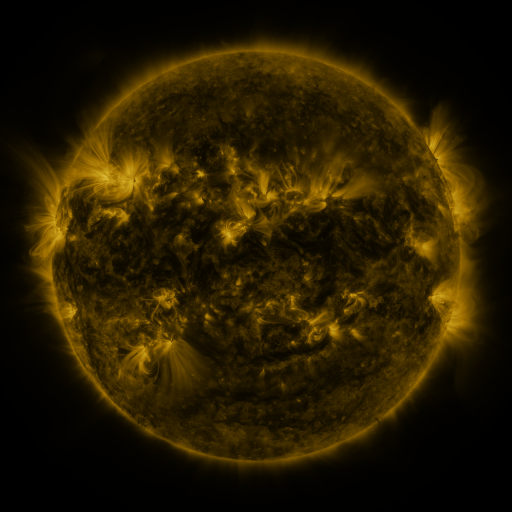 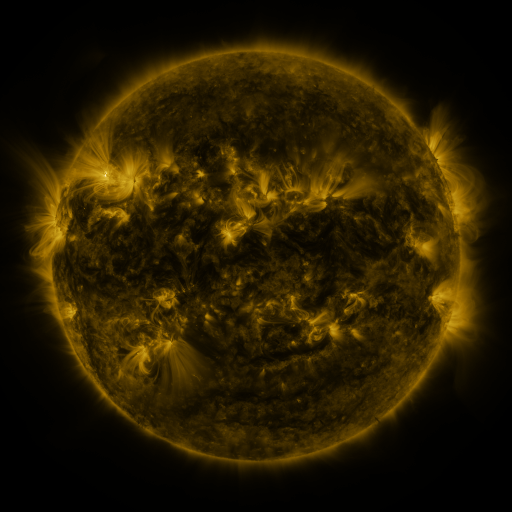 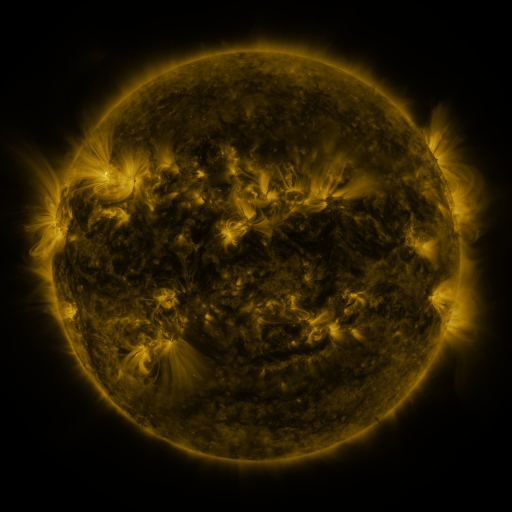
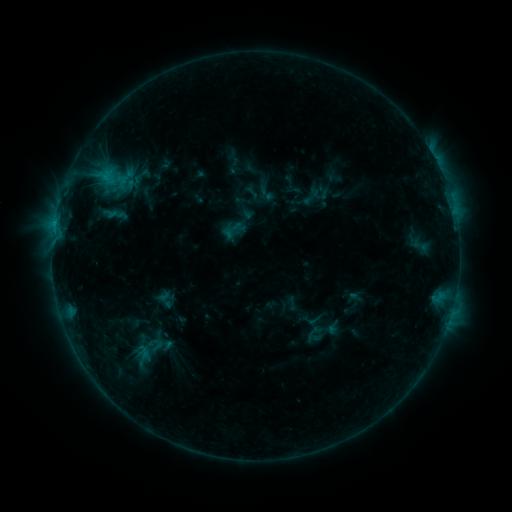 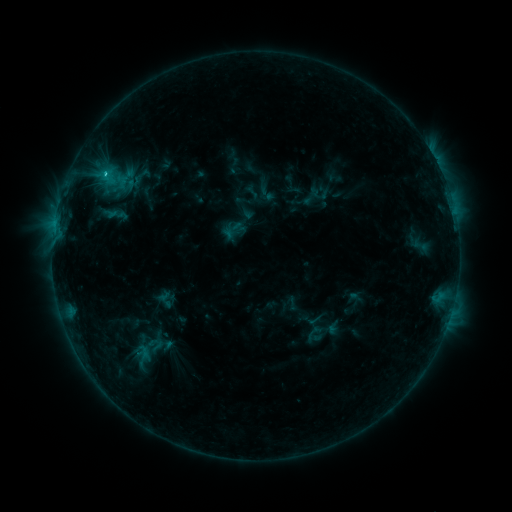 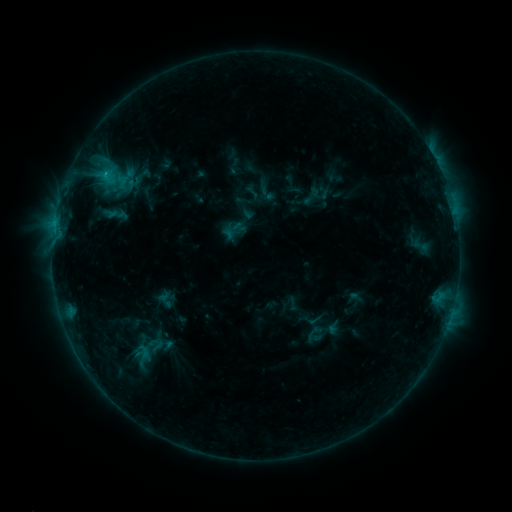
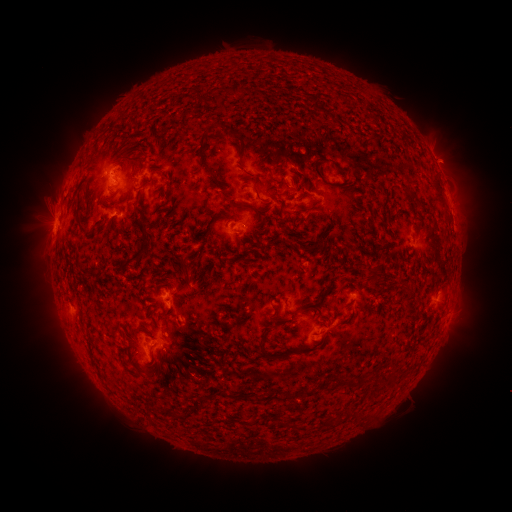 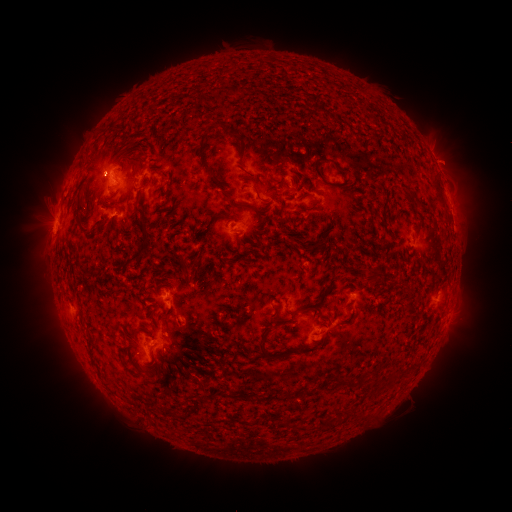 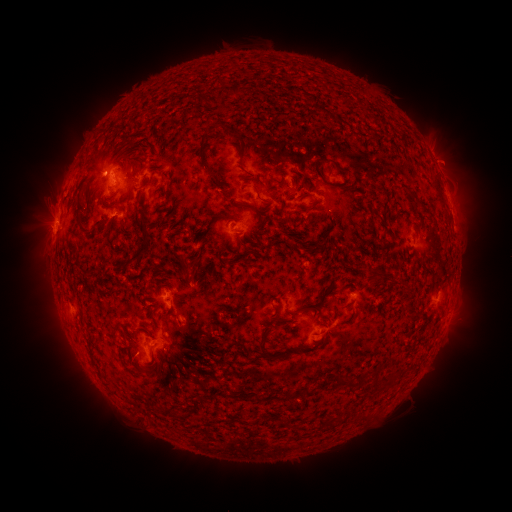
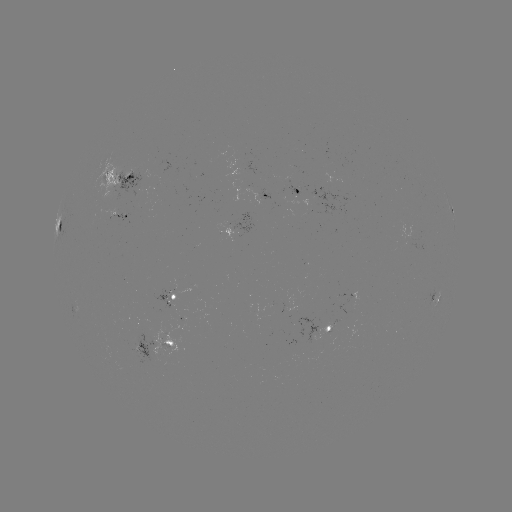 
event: flare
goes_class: C1.3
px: (55, 224)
